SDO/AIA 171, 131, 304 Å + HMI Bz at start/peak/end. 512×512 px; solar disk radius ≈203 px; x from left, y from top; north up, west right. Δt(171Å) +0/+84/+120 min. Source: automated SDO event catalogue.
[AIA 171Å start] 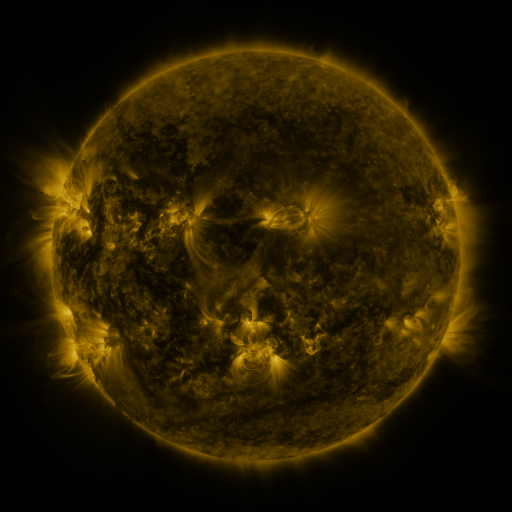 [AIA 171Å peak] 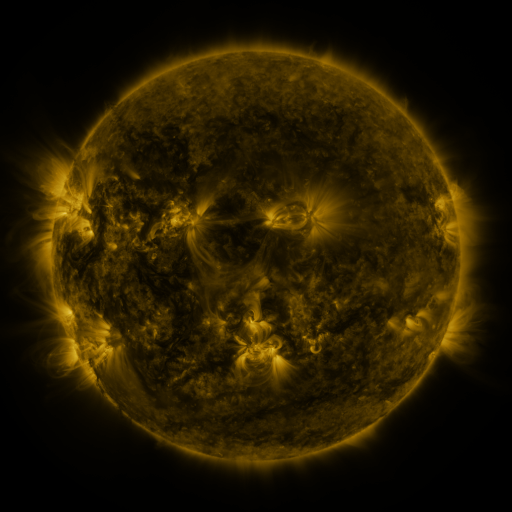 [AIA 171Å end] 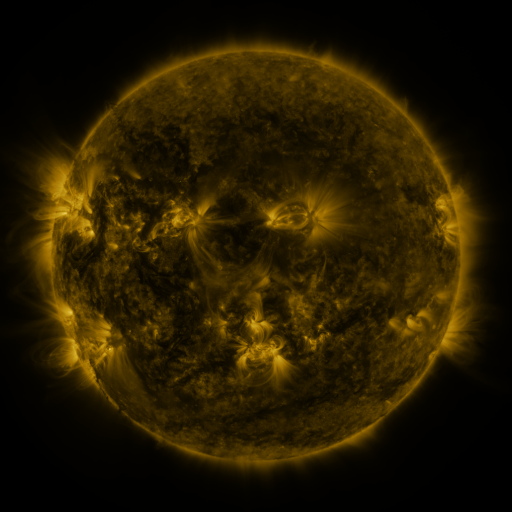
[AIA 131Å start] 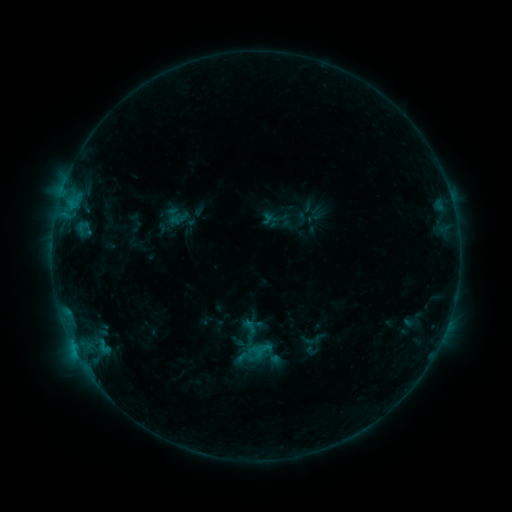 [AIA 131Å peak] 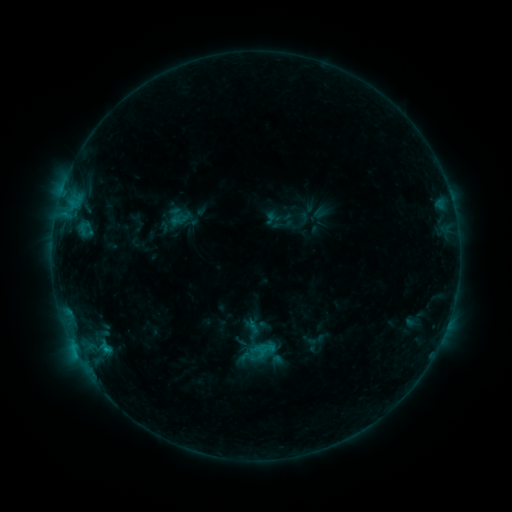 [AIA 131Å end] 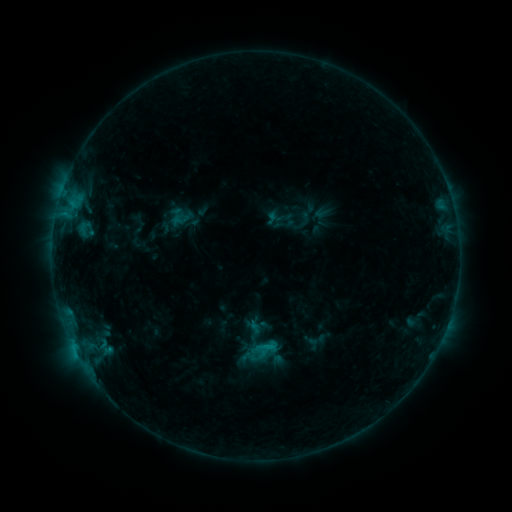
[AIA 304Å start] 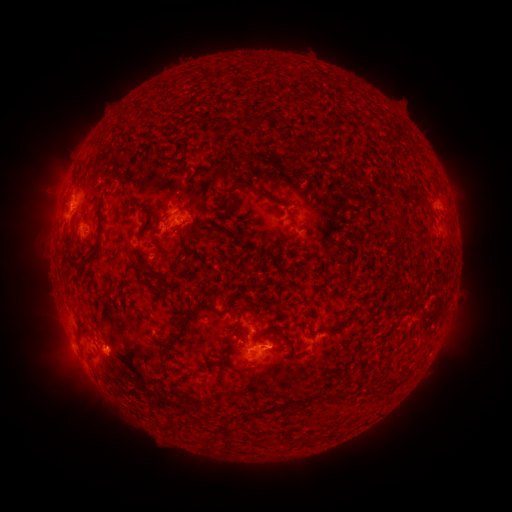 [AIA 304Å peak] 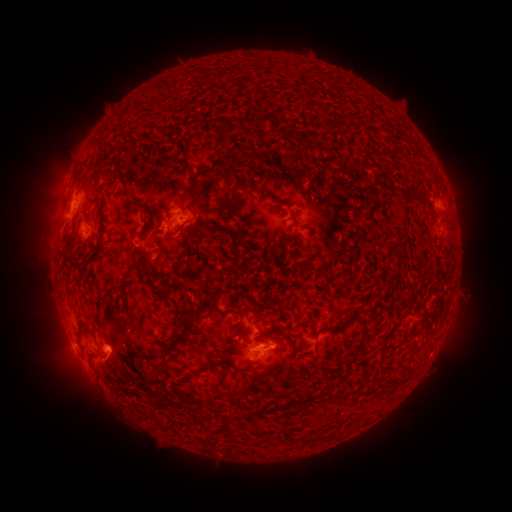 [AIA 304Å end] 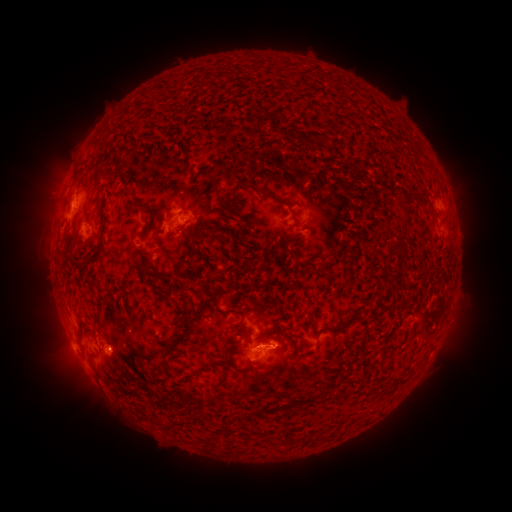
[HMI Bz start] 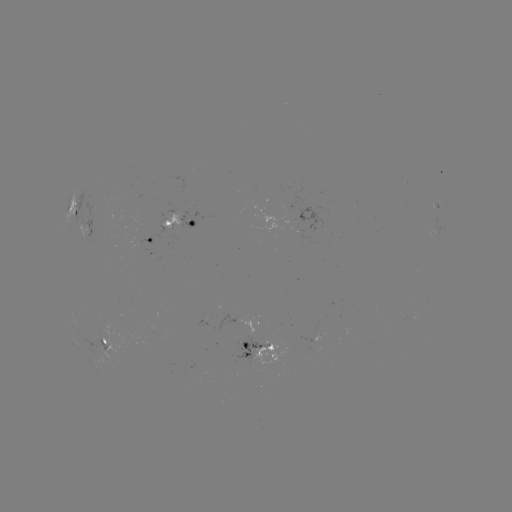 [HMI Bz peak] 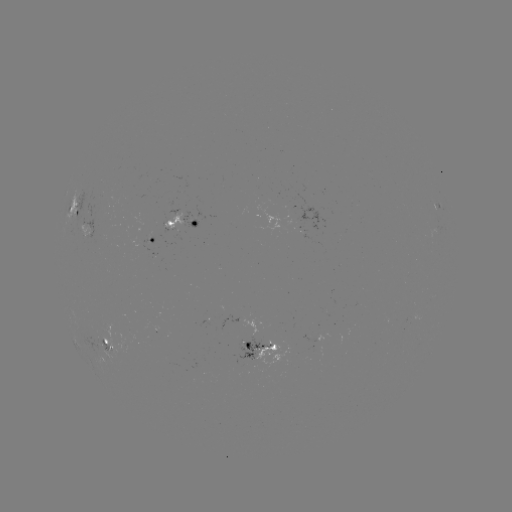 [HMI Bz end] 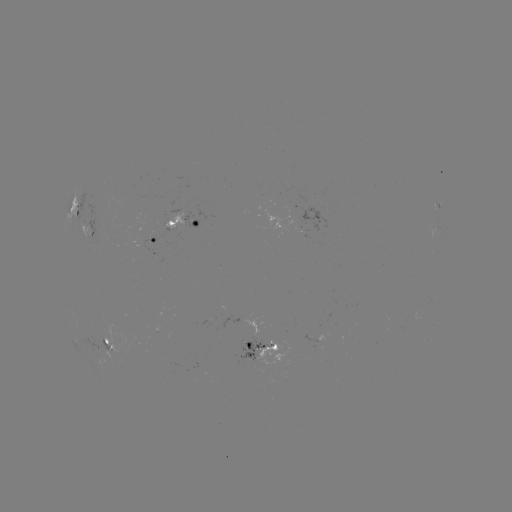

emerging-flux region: <bbox>146, 247, 157, 255</bbox>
